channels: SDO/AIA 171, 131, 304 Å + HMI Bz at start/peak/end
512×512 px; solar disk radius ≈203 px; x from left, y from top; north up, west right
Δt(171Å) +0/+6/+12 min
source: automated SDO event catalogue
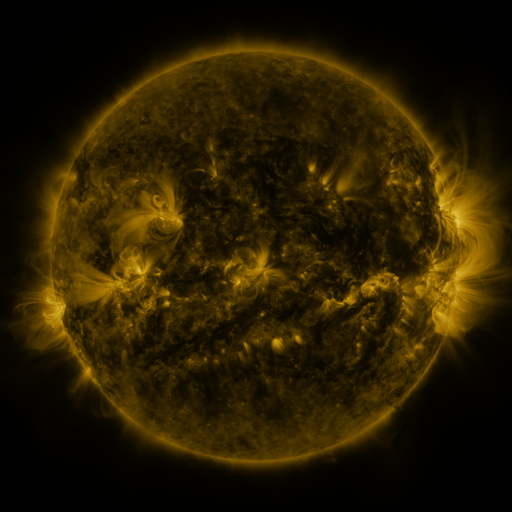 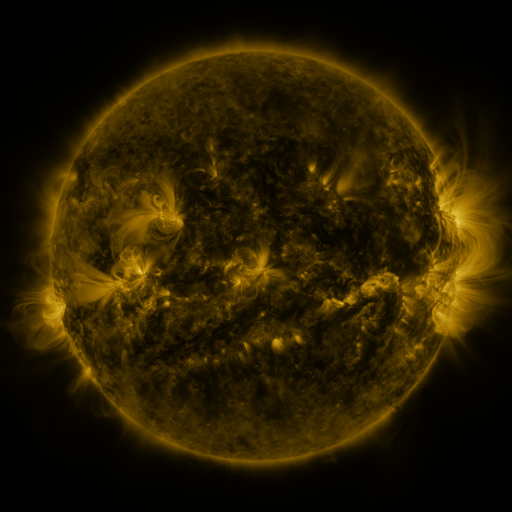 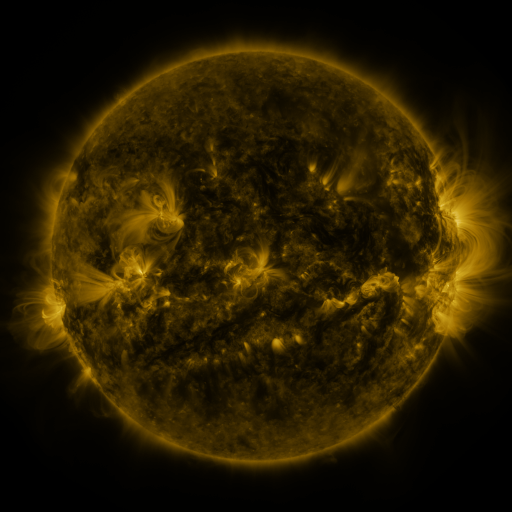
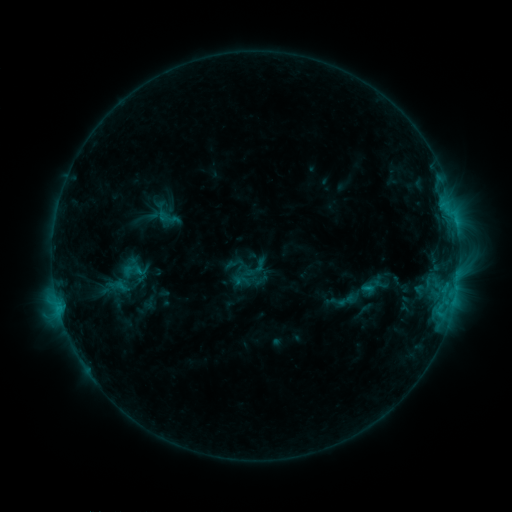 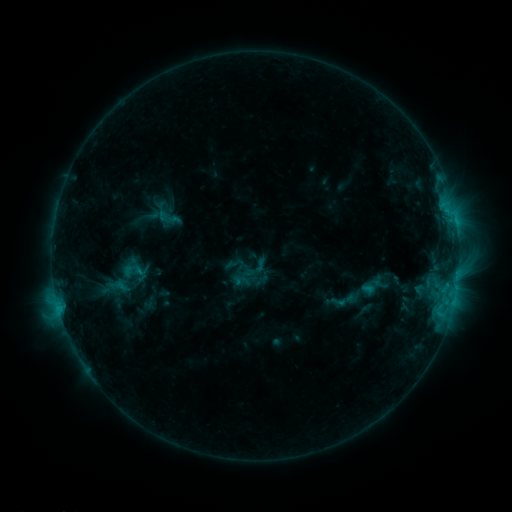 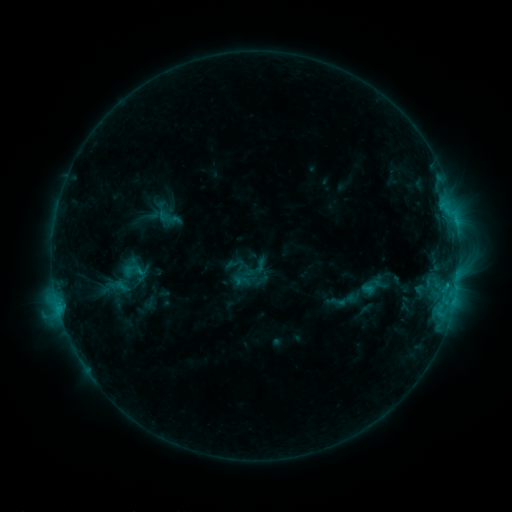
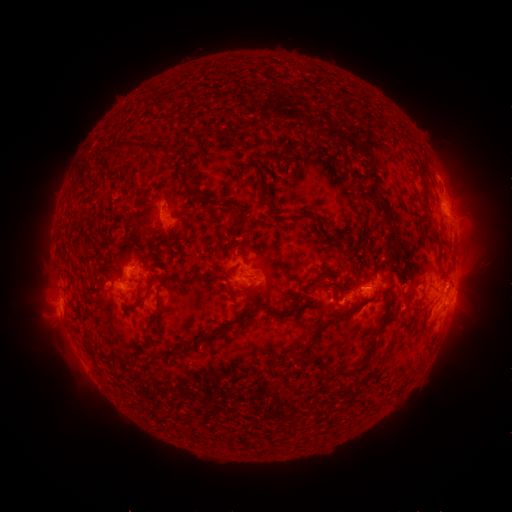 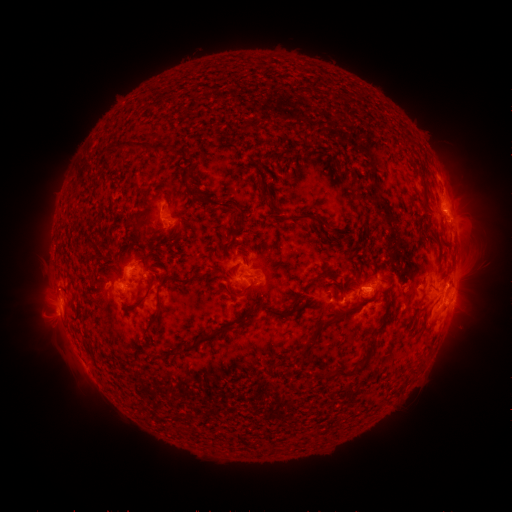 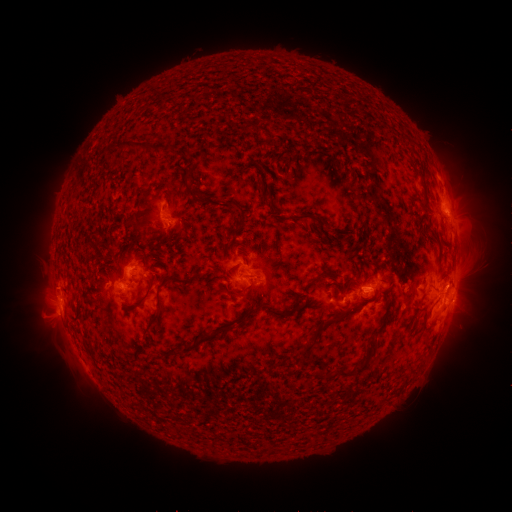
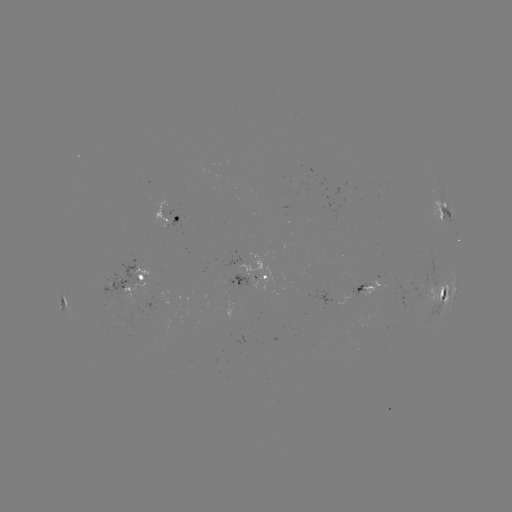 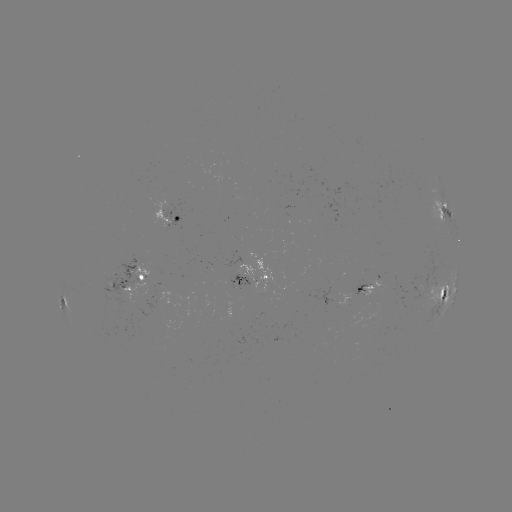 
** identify C1.9 flare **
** [368, 290] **